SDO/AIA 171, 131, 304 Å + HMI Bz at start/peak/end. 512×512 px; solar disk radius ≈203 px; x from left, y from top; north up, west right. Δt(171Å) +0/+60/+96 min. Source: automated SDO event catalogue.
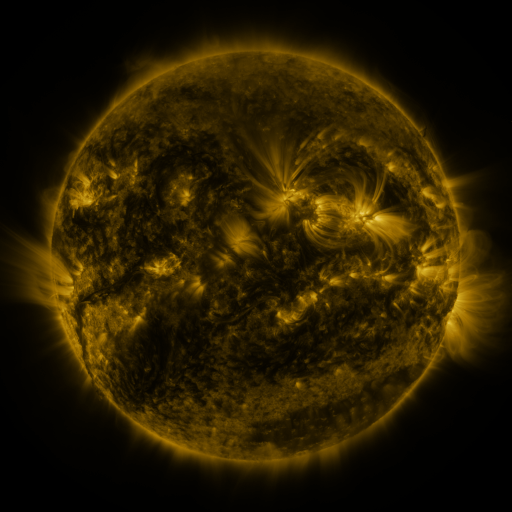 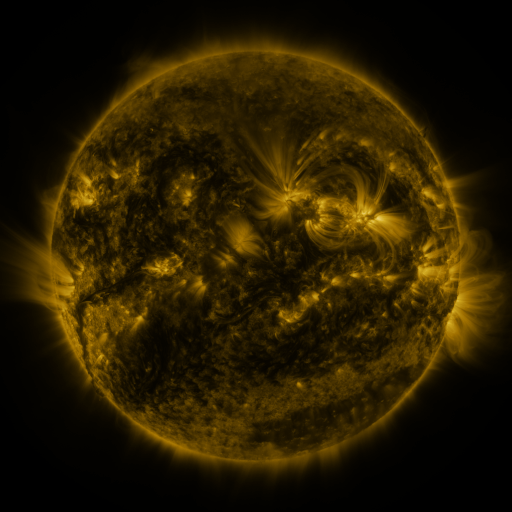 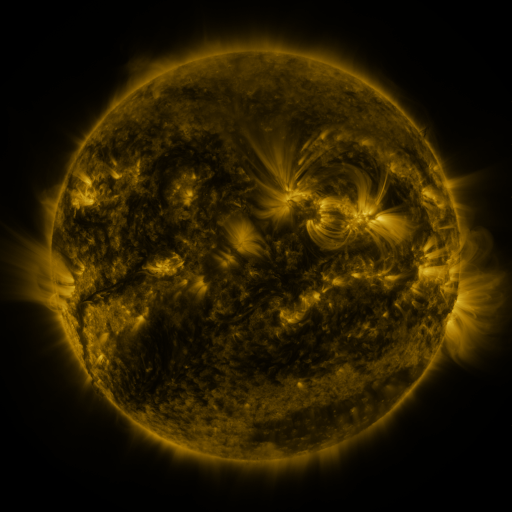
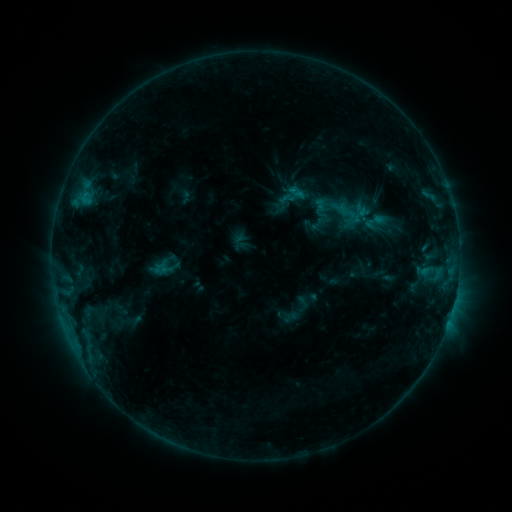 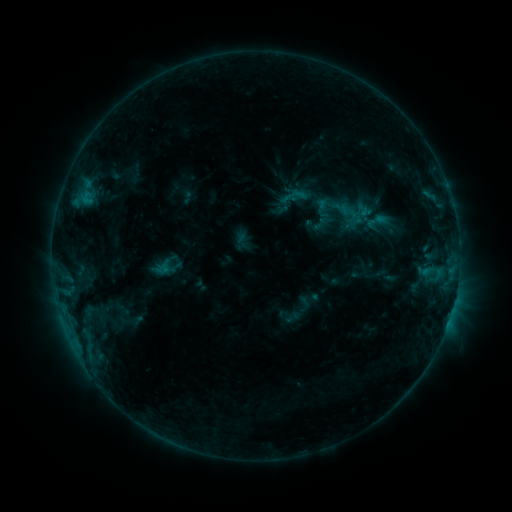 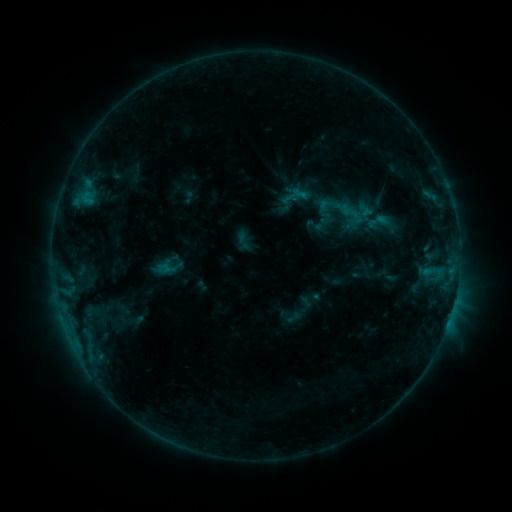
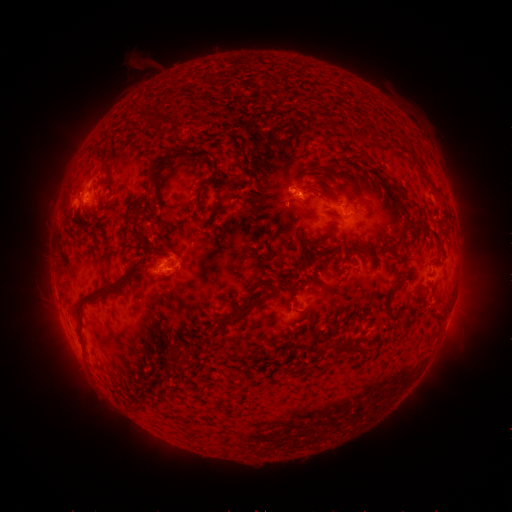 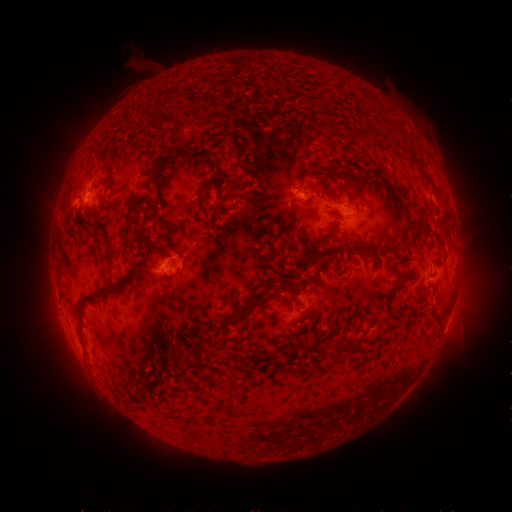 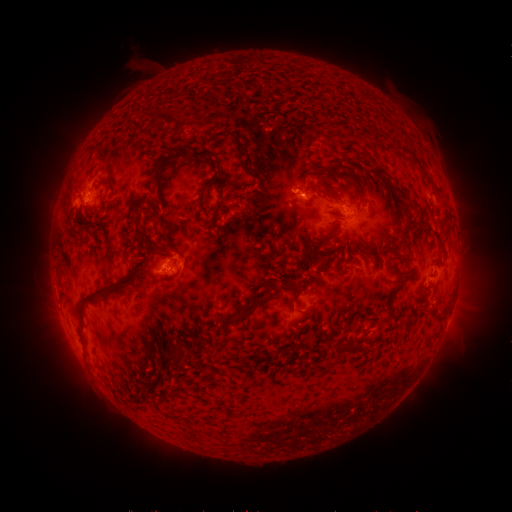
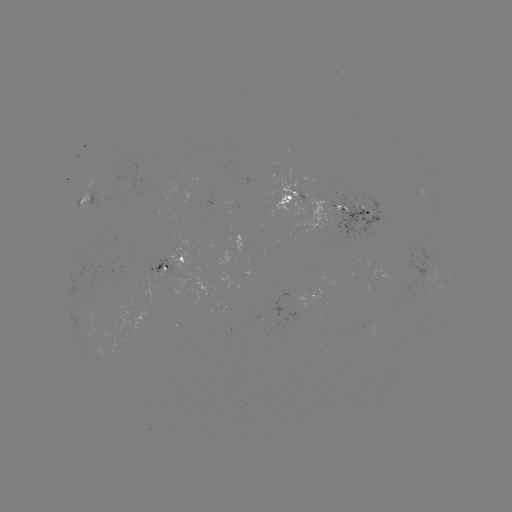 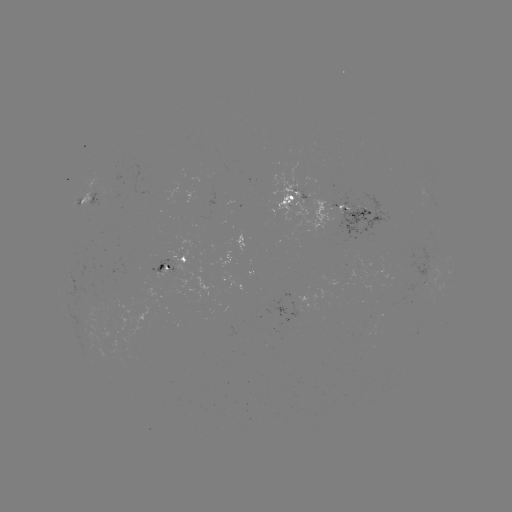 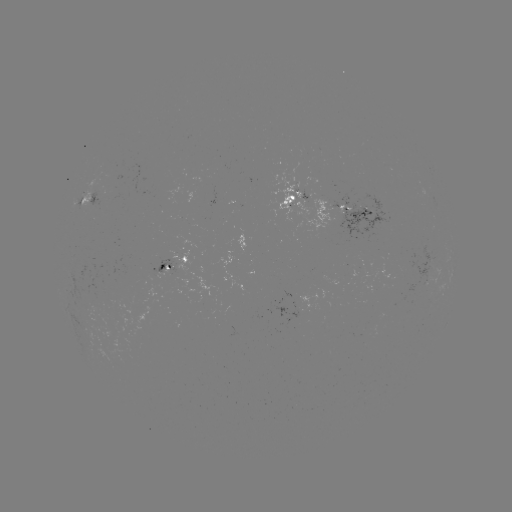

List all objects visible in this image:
emerging-flux region: (302, 199)
